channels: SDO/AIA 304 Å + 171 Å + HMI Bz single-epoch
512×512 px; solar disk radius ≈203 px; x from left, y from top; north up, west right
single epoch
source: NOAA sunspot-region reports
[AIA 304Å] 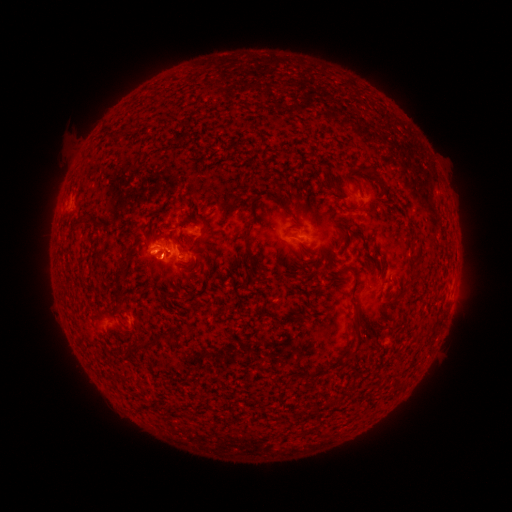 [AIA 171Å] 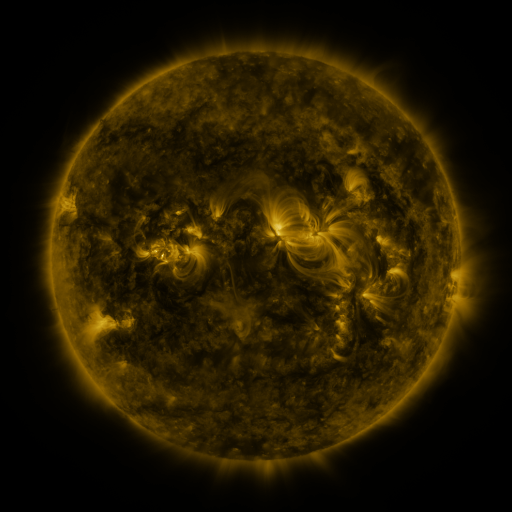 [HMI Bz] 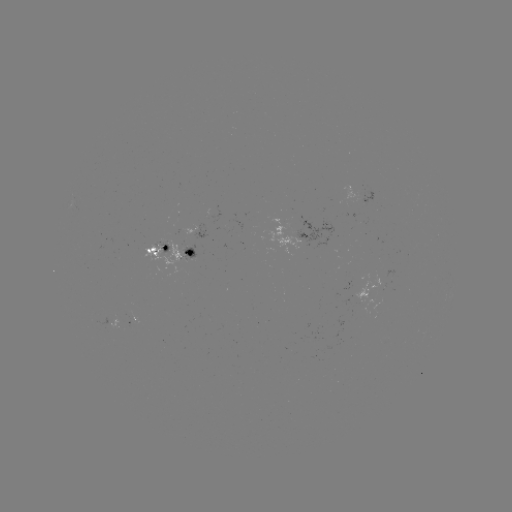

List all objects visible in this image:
spotted active region: (203, 235)
spotted active region: (160, 252)
spotted active region: (193, 253)
spotted active region: (372, 290)
spotted active region: (132, 320)
